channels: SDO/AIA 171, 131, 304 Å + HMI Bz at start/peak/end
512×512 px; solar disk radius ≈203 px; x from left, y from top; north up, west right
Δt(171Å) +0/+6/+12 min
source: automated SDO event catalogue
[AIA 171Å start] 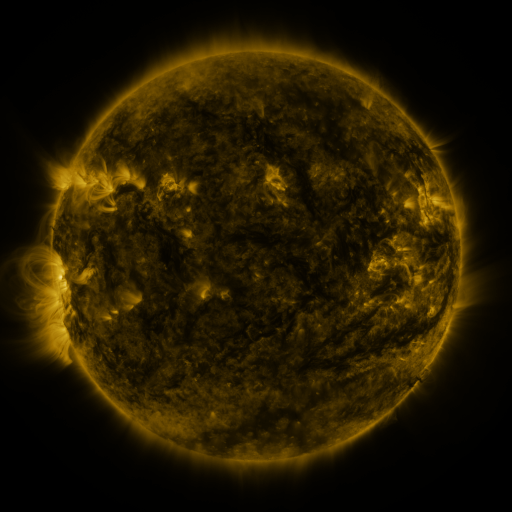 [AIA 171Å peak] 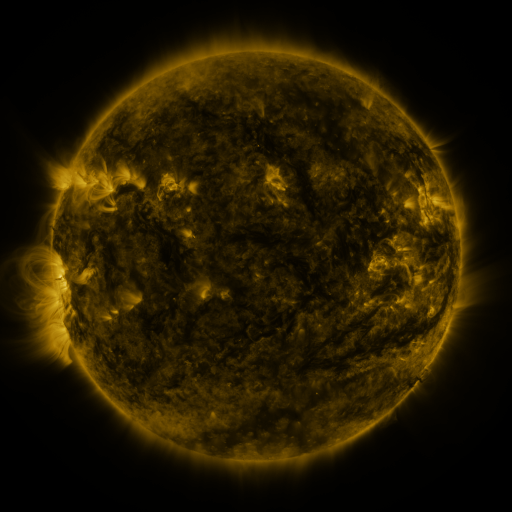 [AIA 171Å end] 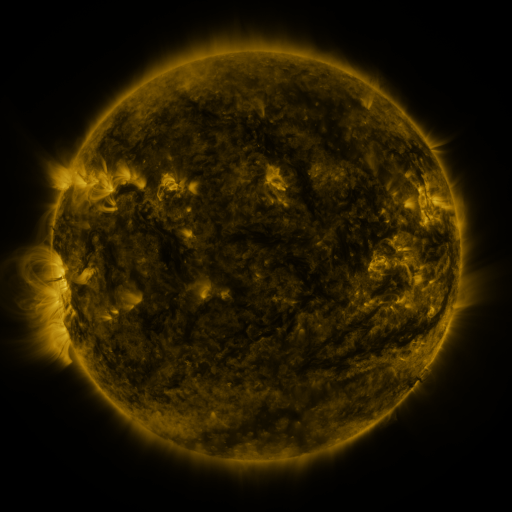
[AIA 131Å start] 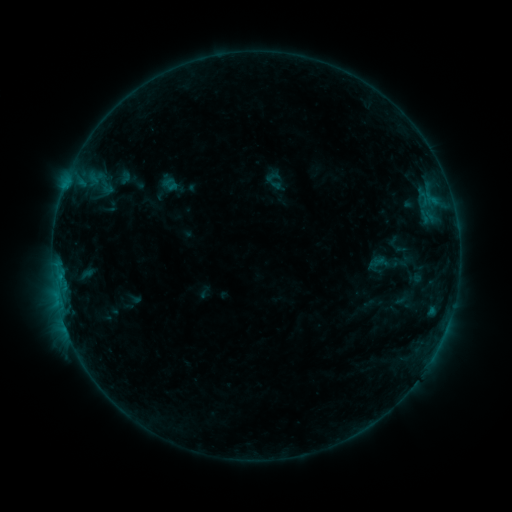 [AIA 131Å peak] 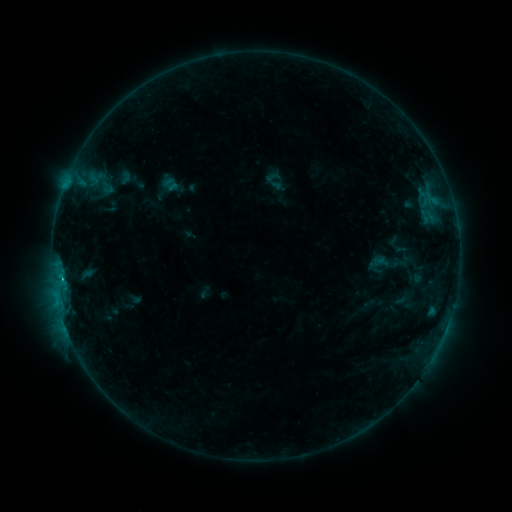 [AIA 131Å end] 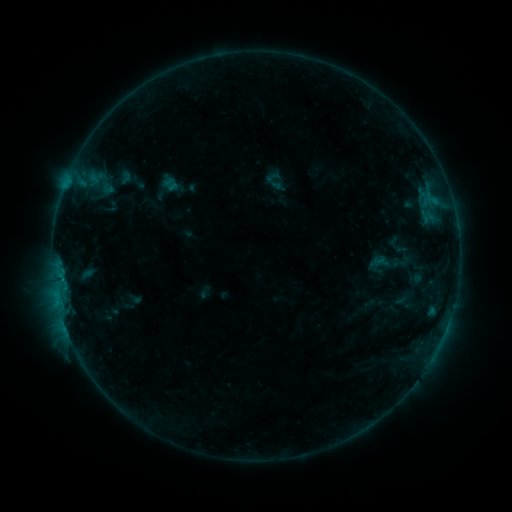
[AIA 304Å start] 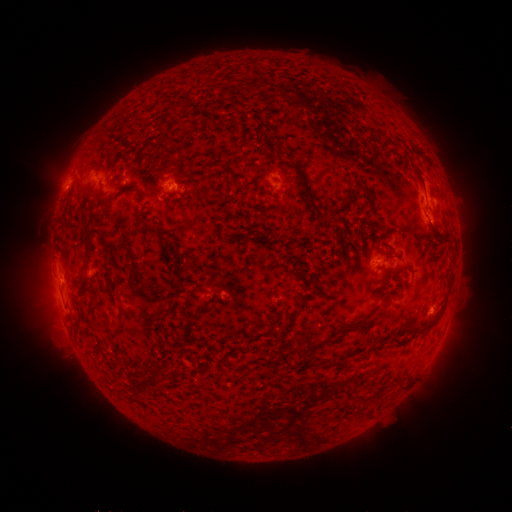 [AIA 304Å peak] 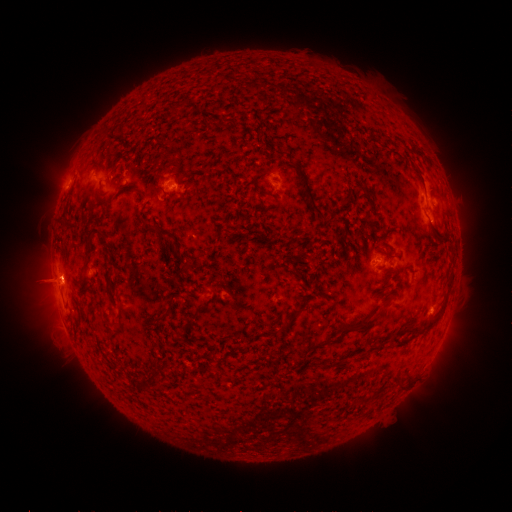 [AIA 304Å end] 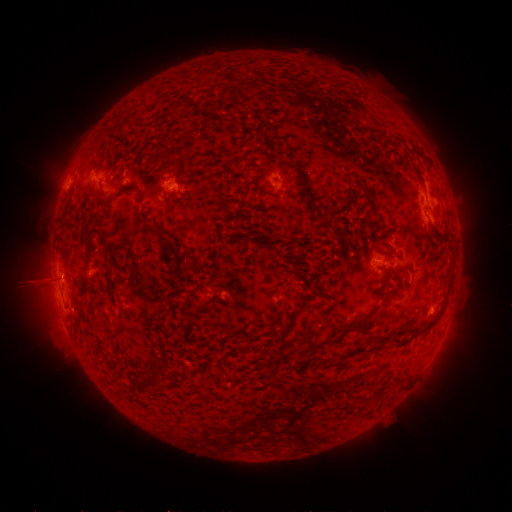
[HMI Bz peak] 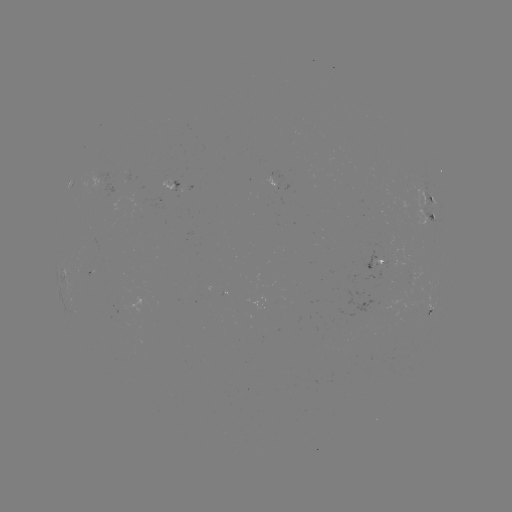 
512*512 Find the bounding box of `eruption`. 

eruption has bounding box [16, 242, 97, 324].